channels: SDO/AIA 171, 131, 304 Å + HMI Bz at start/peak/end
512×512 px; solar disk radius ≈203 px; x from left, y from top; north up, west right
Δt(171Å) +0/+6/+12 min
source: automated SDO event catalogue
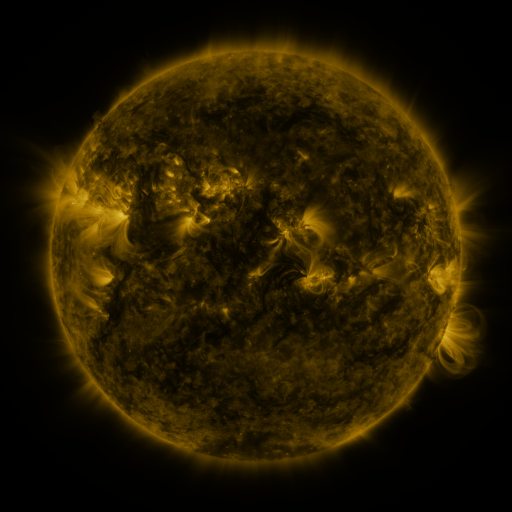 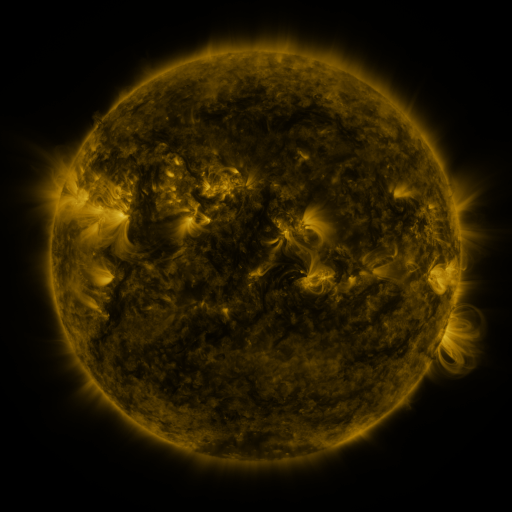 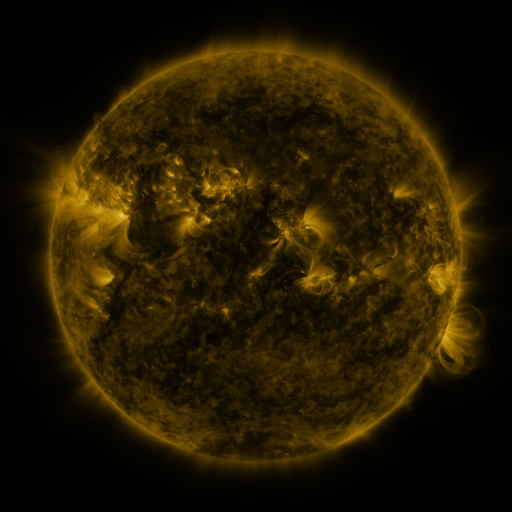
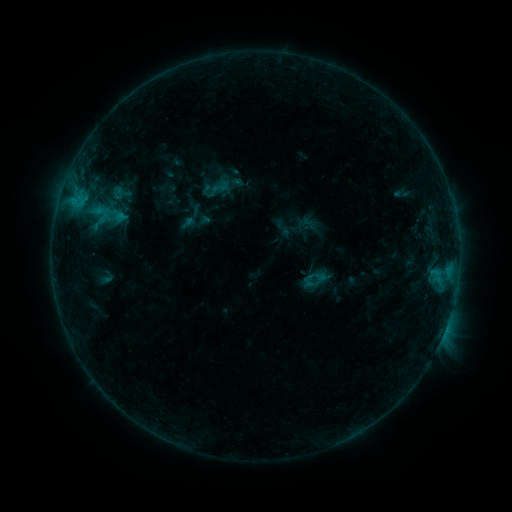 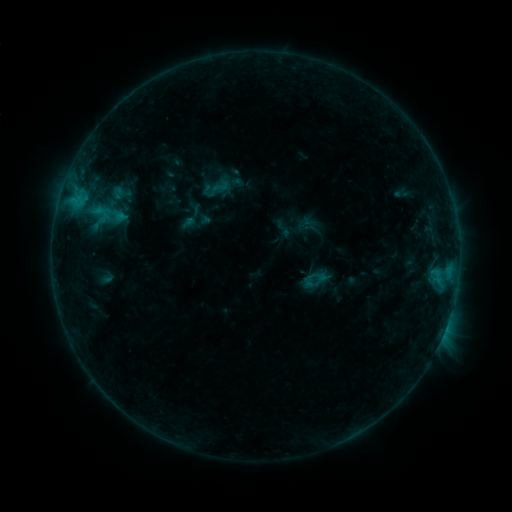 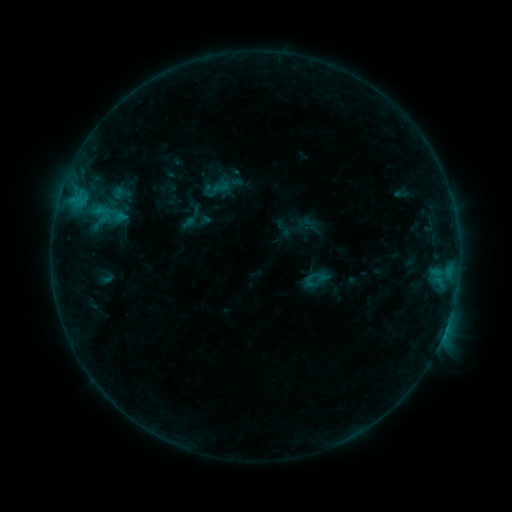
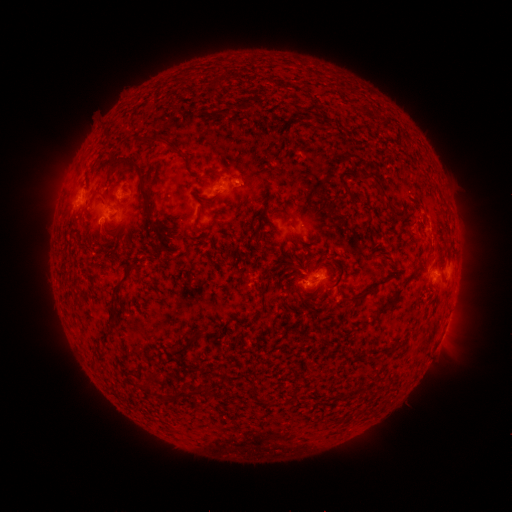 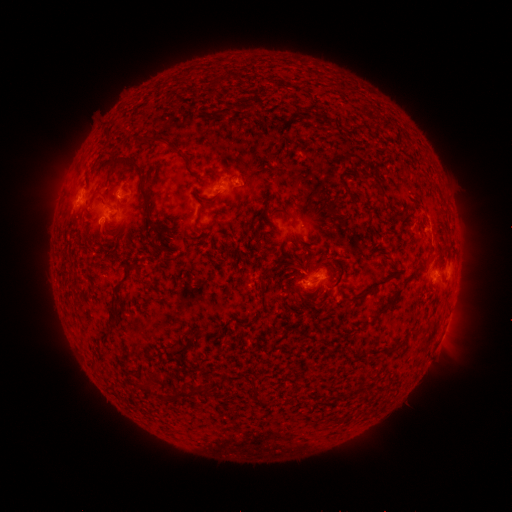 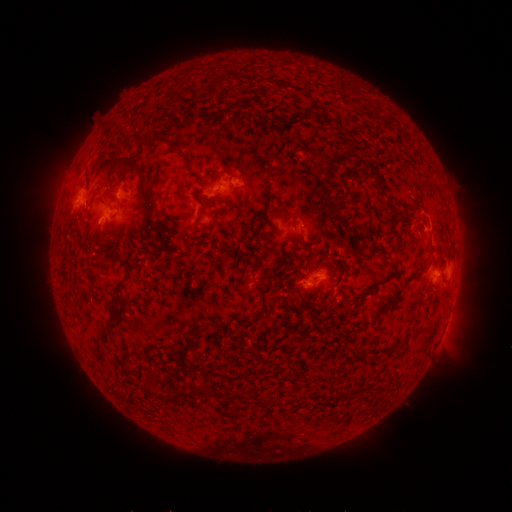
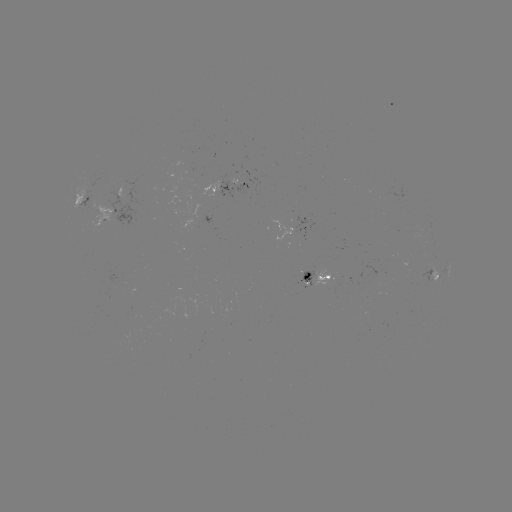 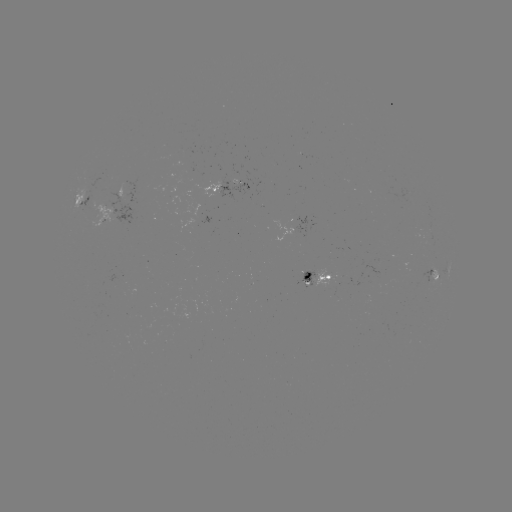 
no classed flare was catalogued and no EUV brightening was flagged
